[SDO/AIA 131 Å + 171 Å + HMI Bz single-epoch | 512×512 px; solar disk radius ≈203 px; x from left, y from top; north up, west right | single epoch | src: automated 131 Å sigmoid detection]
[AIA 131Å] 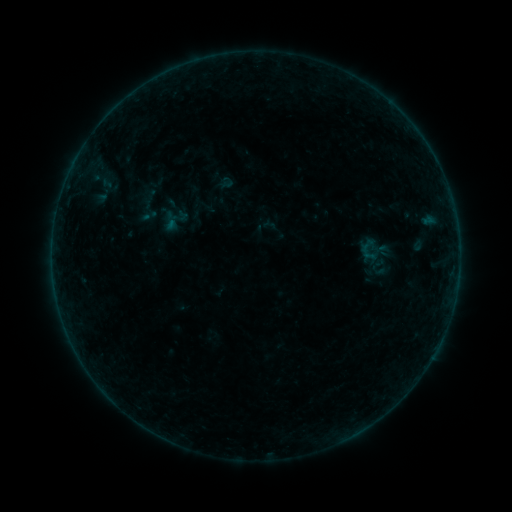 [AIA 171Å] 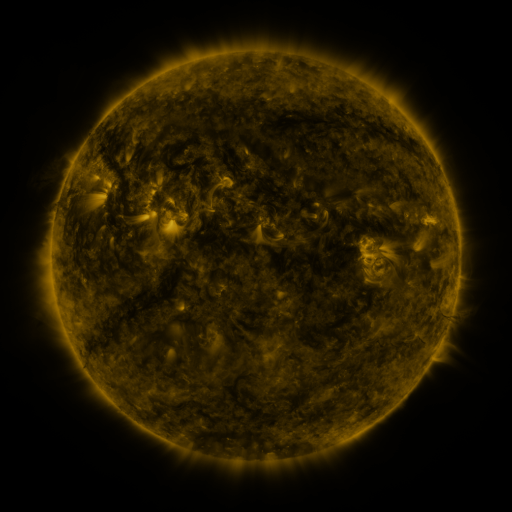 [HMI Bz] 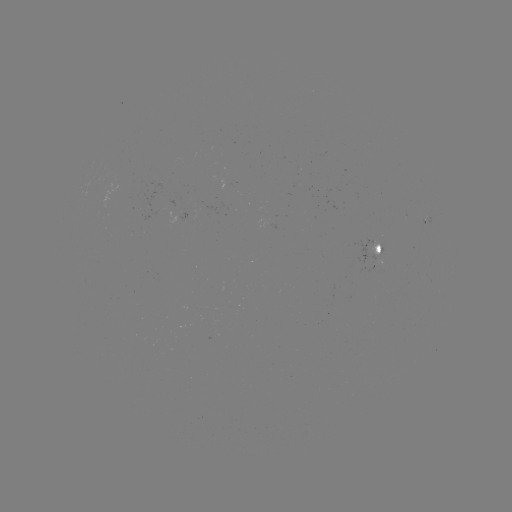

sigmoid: (160, 204, 190, 234)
